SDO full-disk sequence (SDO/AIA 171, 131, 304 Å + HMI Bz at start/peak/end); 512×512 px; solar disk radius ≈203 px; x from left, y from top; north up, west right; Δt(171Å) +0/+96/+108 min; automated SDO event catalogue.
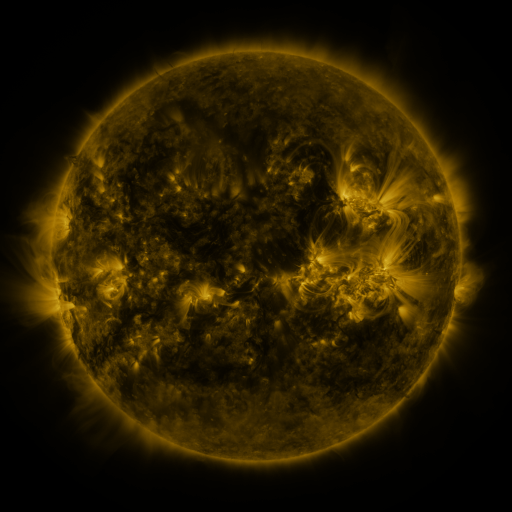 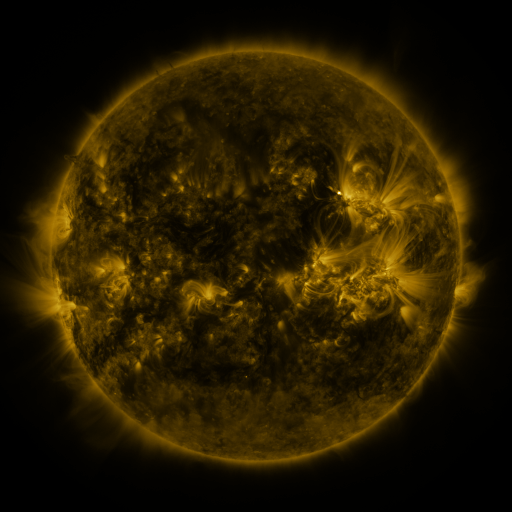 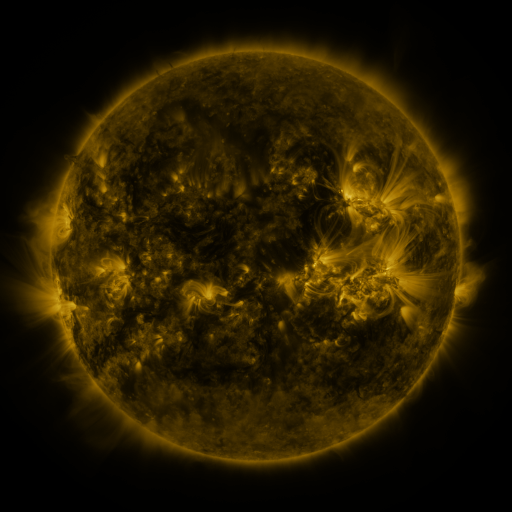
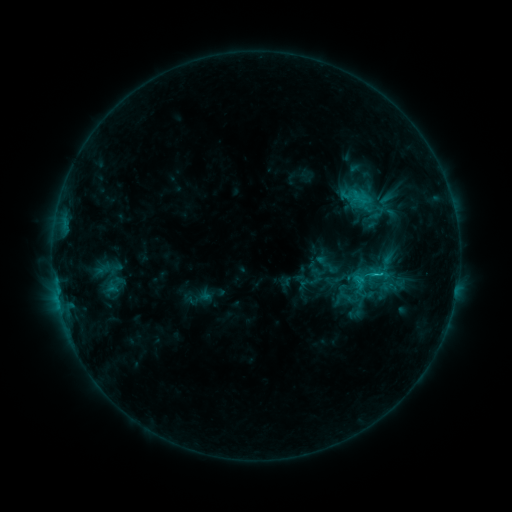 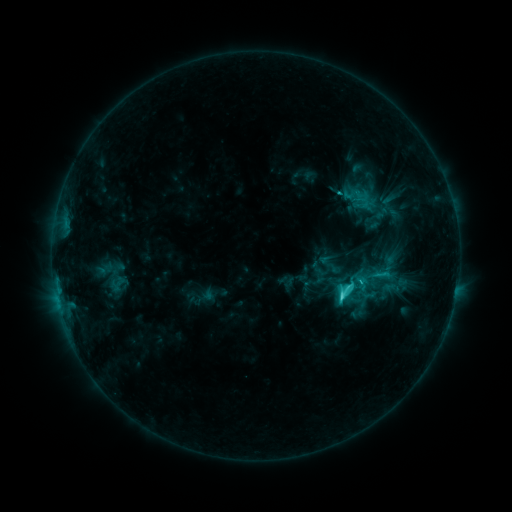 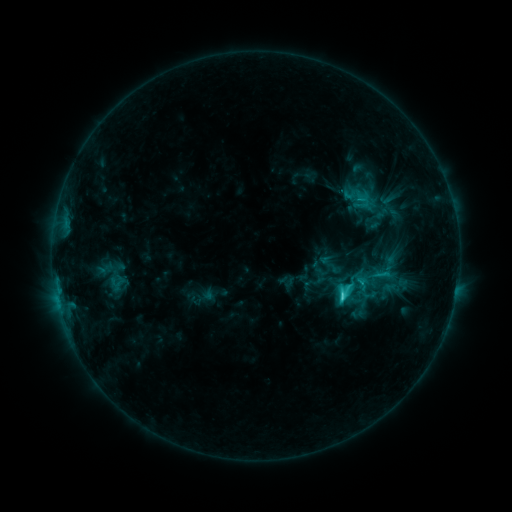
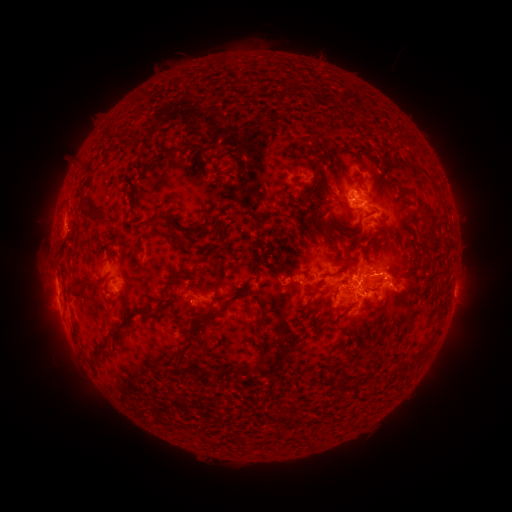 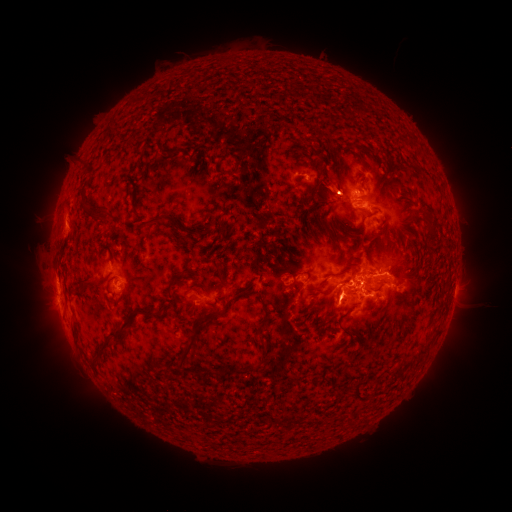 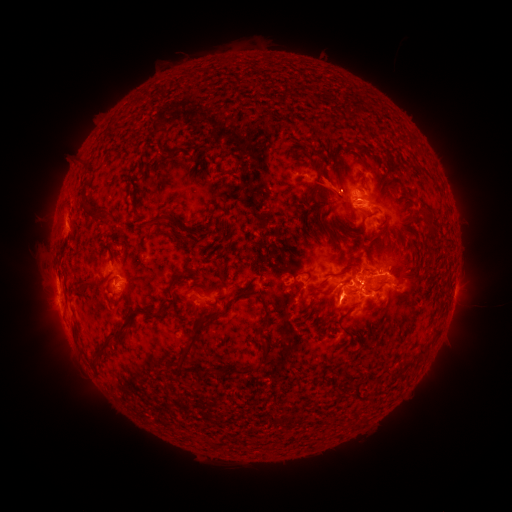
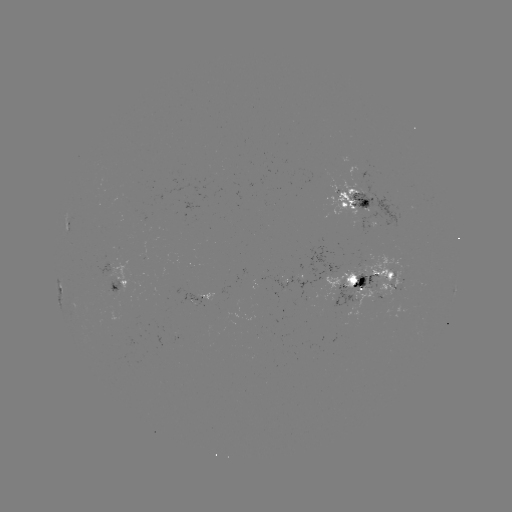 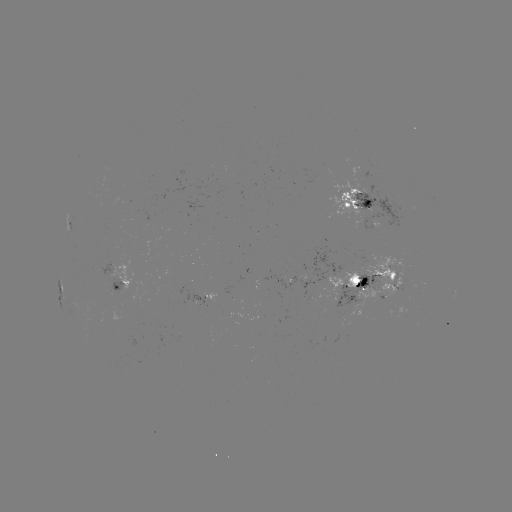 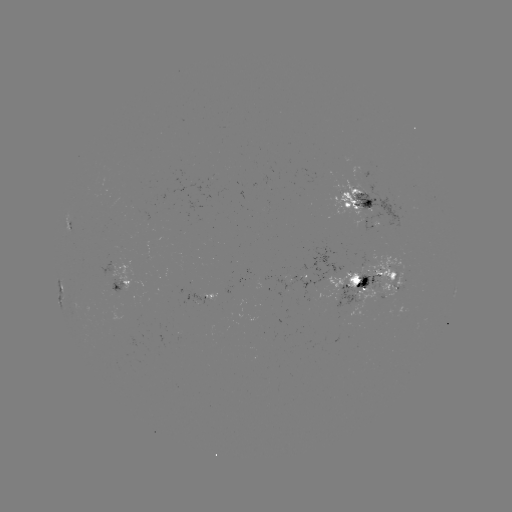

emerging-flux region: [99, 279, 122, 294]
